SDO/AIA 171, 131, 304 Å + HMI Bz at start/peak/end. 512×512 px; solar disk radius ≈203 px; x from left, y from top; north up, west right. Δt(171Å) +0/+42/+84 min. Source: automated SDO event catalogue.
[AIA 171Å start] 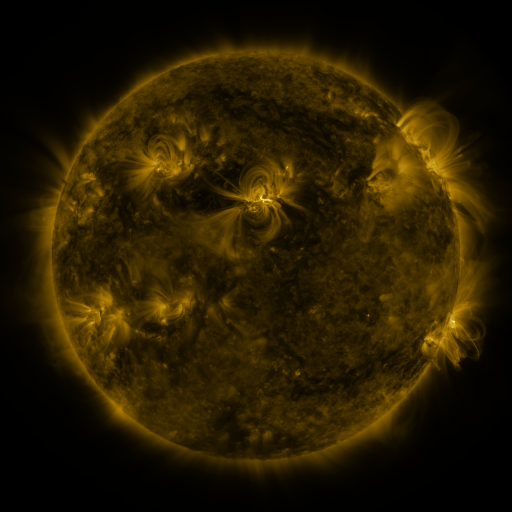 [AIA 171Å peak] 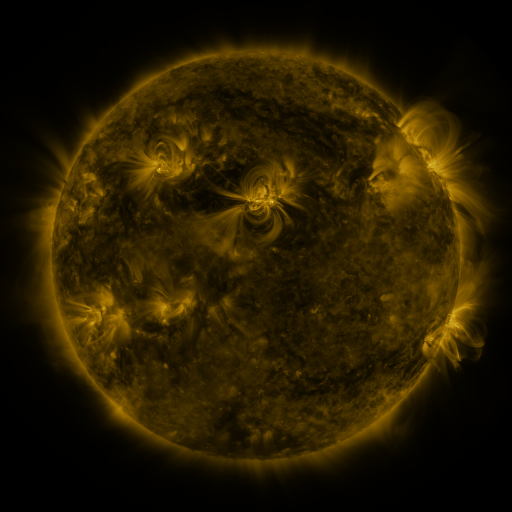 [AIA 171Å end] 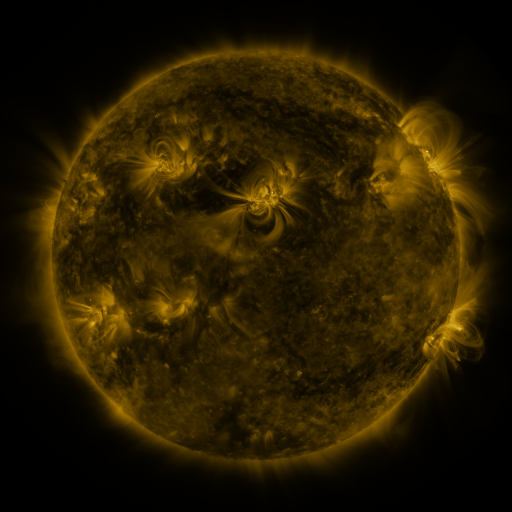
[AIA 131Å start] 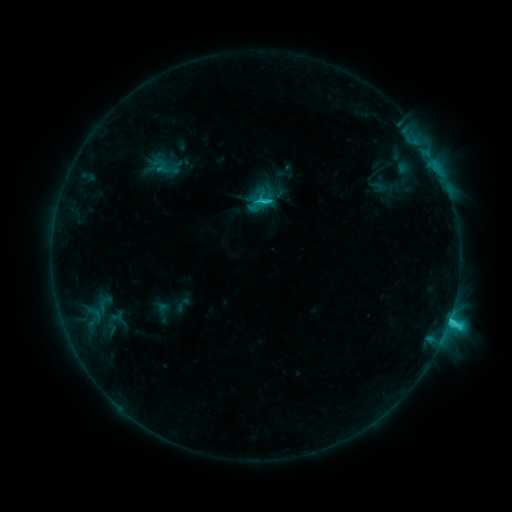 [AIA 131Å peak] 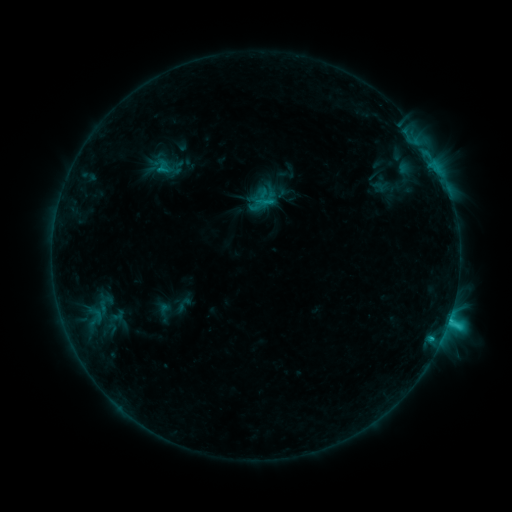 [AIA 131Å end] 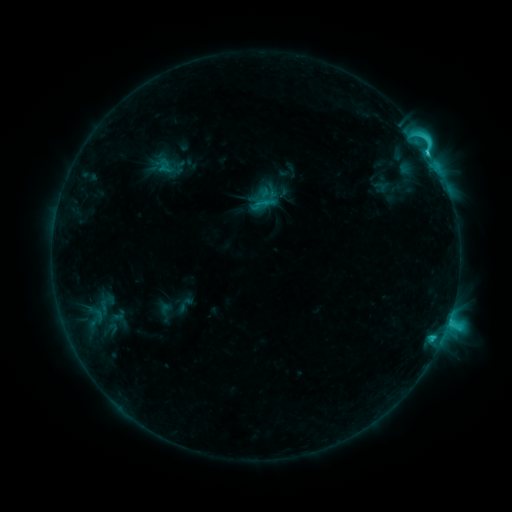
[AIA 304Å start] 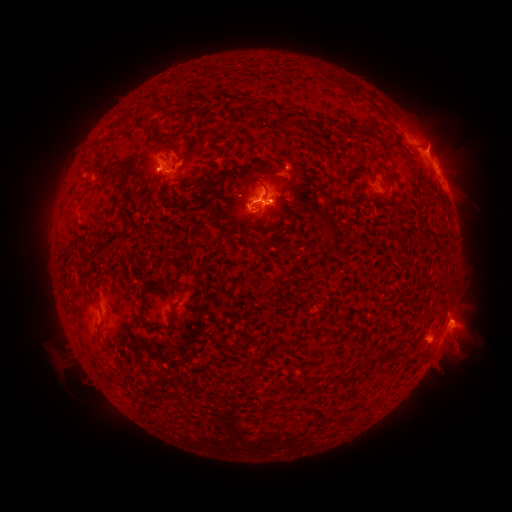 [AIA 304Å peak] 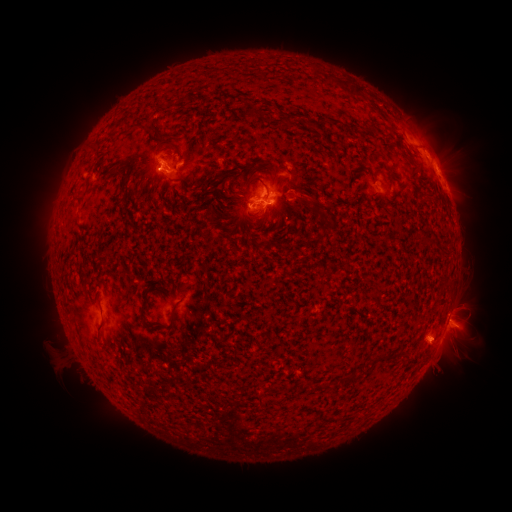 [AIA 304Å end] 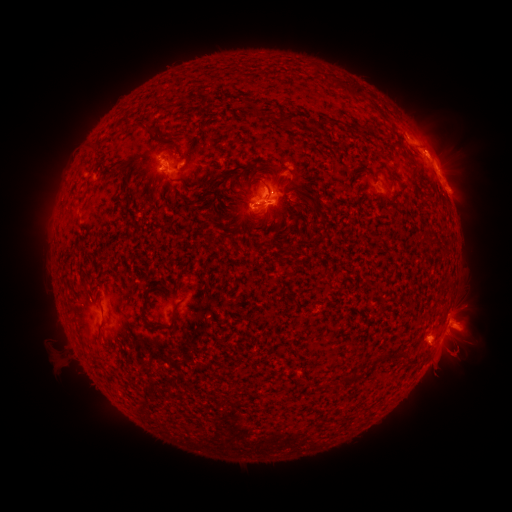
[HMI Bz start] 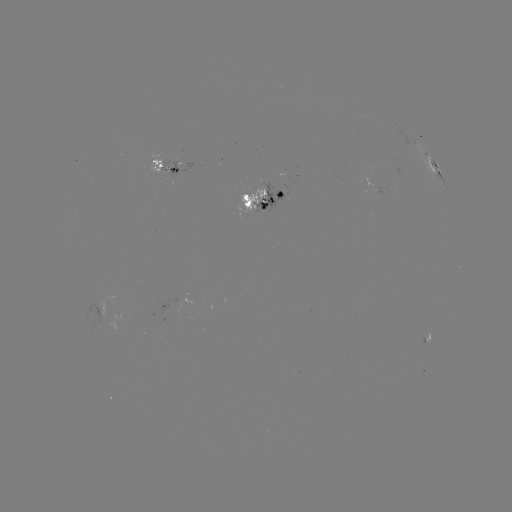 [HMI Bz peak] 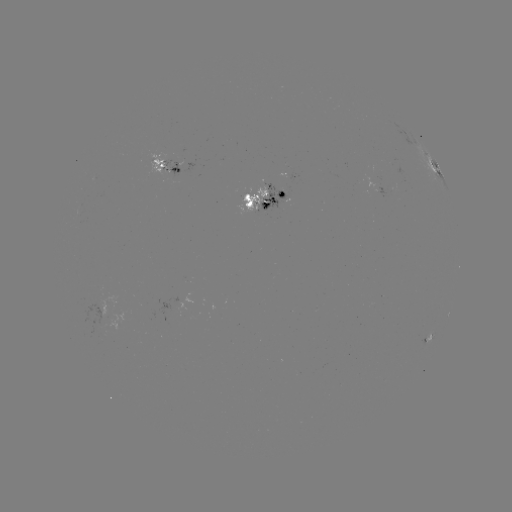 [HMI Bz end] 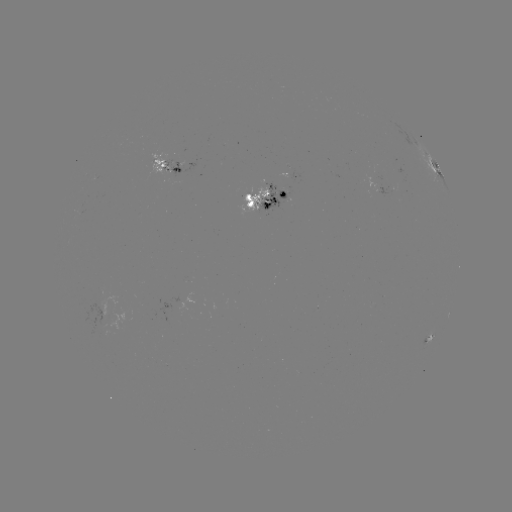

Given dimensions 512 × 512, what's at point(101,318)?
emerging-flux region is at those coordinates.